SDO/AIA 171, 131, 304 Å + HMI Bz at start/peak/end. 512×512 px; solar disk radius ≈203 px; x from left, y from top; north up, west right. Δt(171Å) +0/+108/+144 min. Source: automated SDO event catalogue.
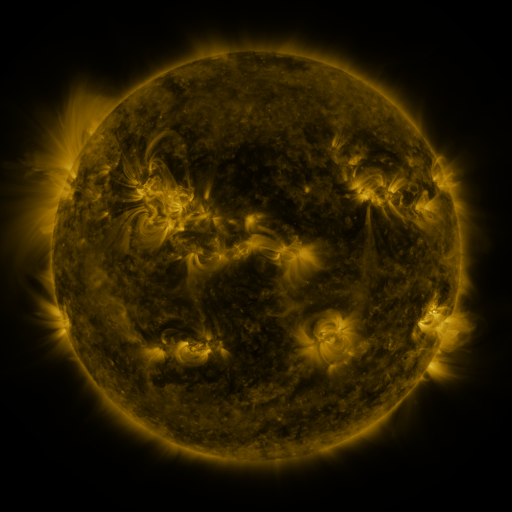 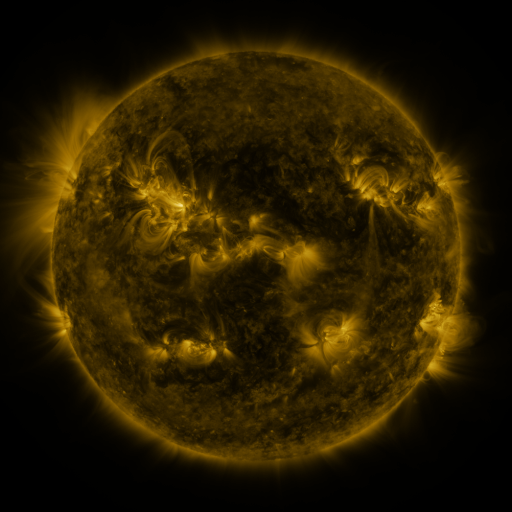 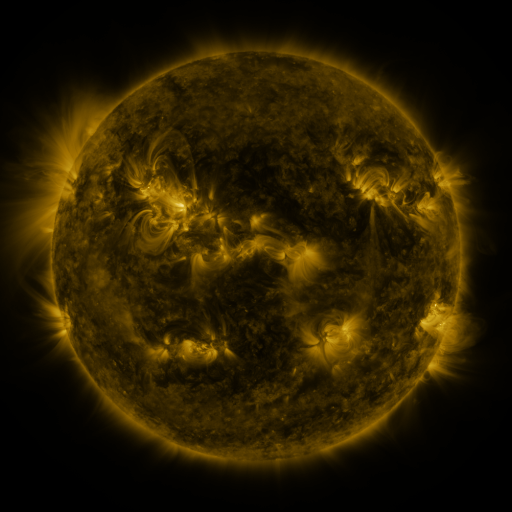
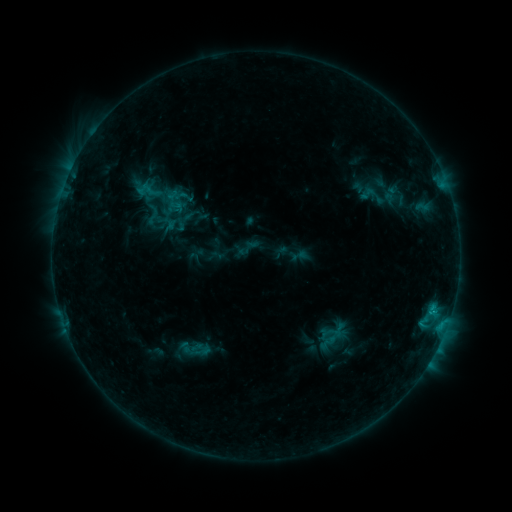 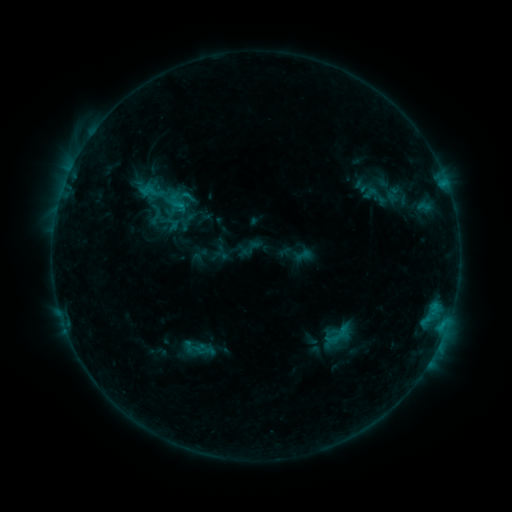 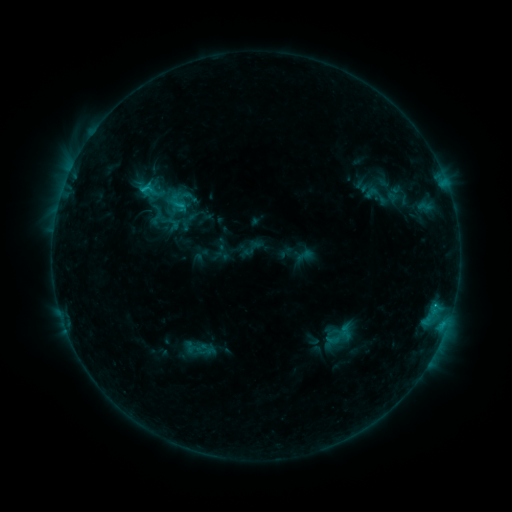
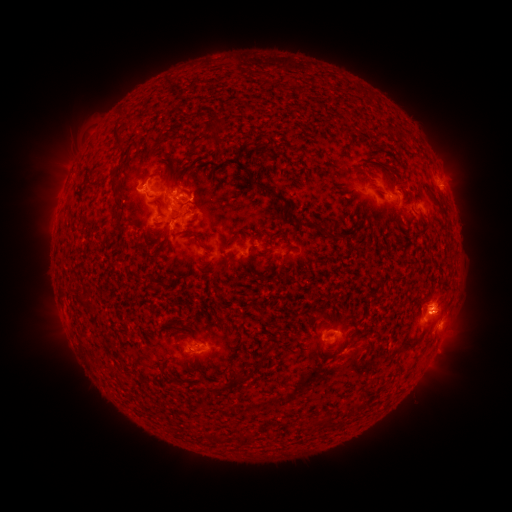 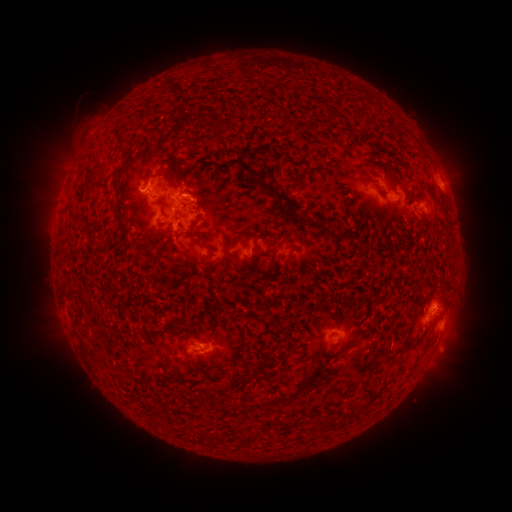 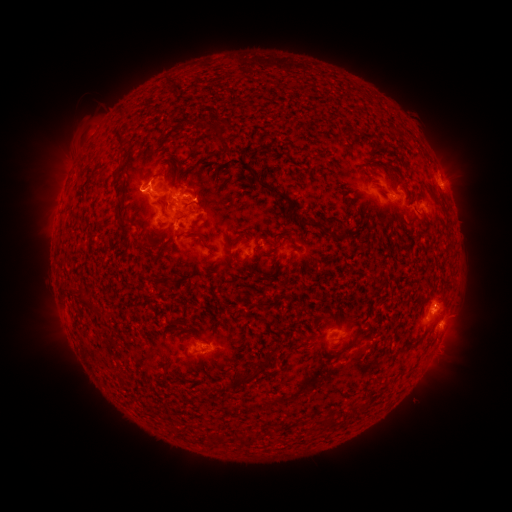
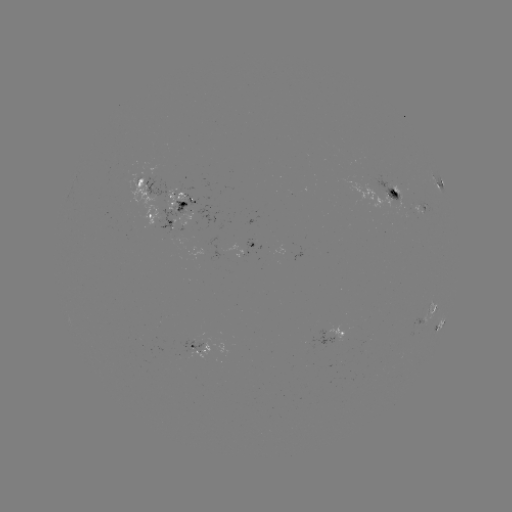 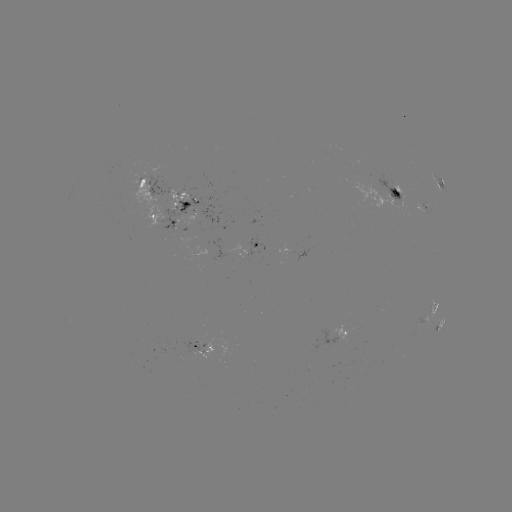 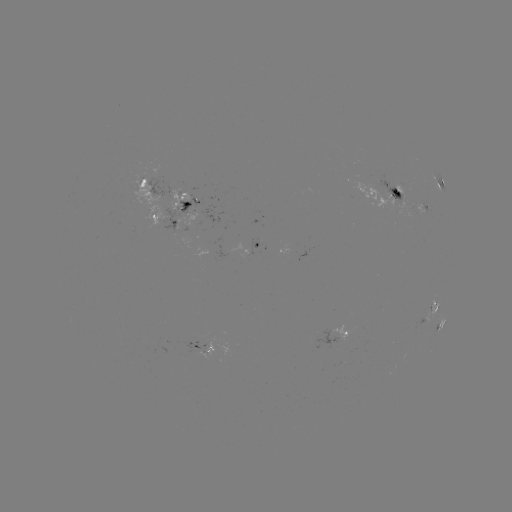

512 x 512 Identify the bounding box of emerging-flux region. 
[160, 193, 212, 244].